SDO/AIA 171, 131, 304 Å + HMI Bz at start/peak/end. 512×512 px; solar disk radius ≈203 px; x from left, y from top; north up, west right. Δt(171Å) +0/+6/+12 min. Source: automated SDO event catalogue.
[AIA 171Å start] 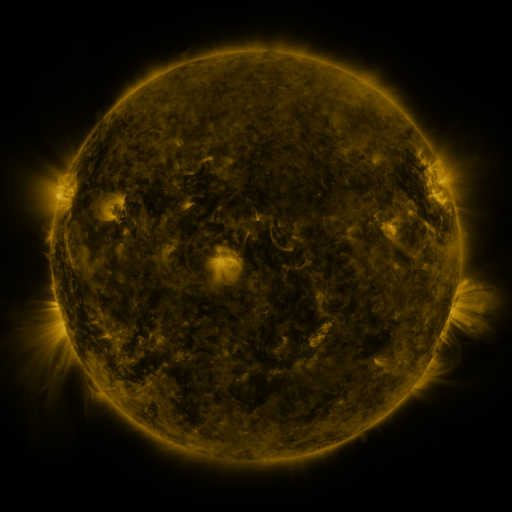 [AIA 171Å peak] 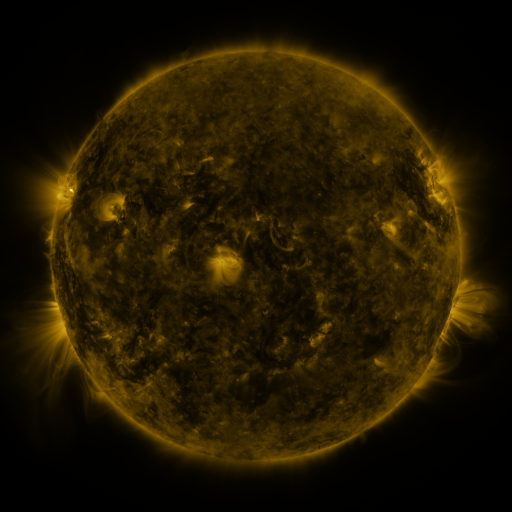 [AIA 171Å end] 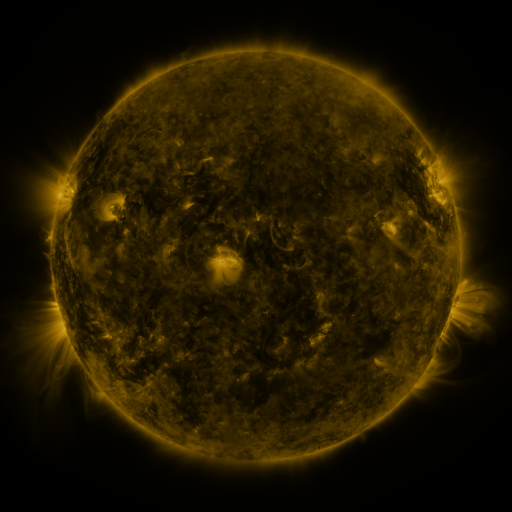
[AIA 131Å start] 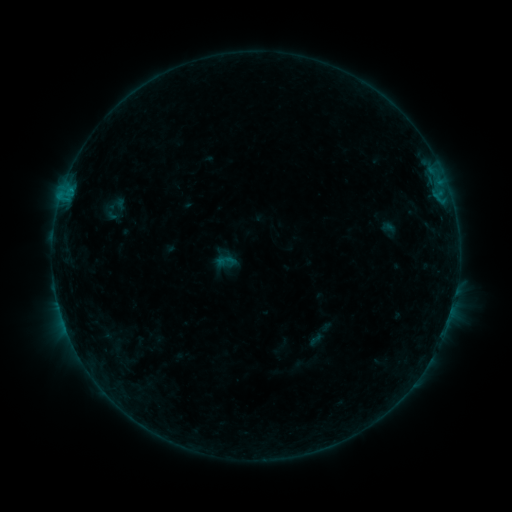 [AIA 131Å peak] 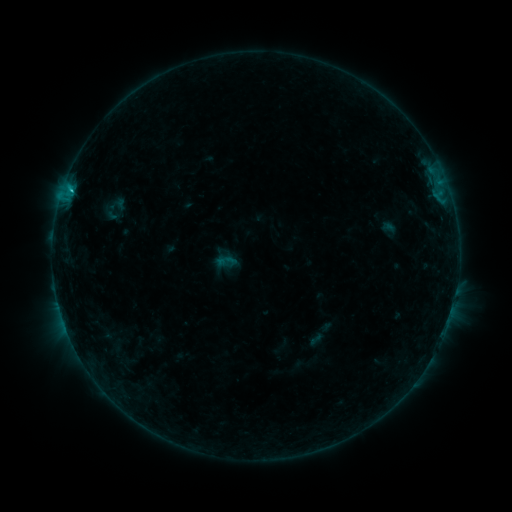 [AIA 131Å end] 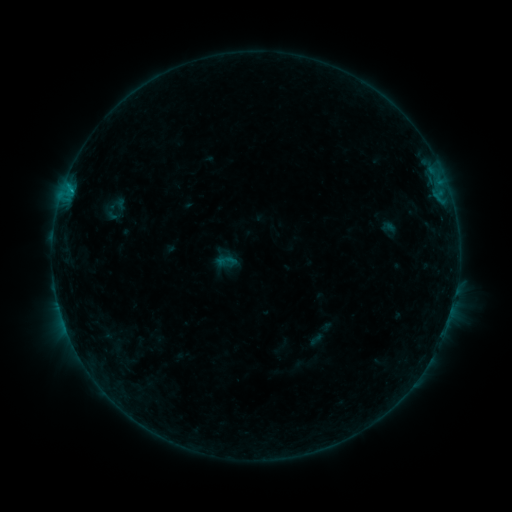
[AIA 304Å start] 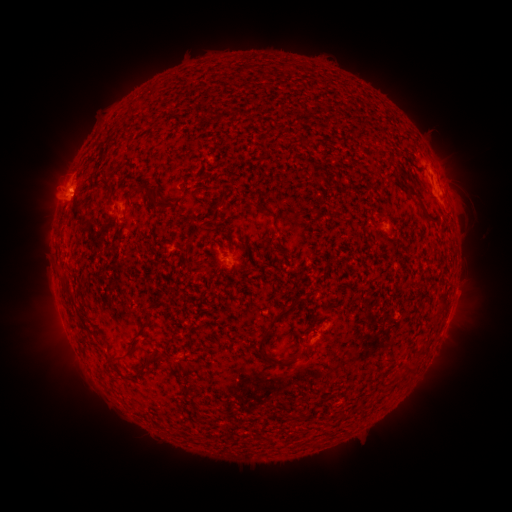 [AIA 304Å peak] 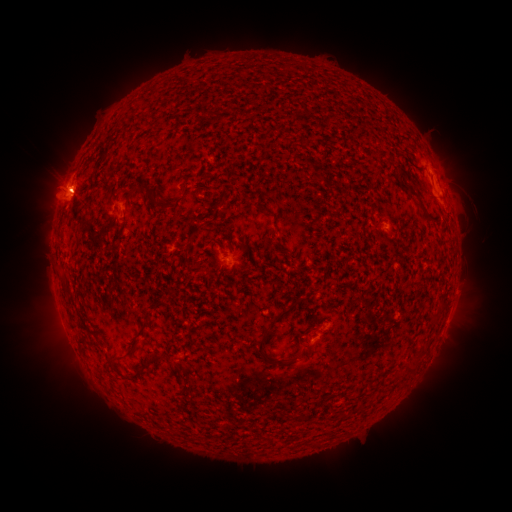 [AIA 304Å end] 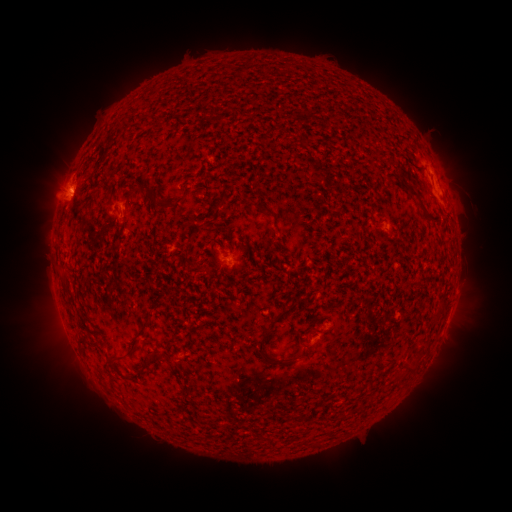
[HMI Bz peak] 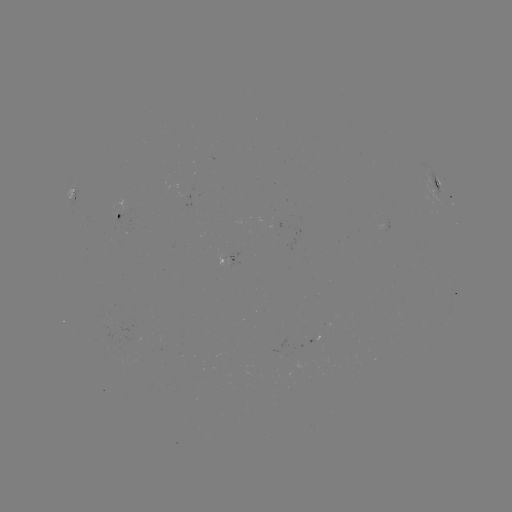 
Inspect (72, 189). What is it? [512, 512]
B6.9 flare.